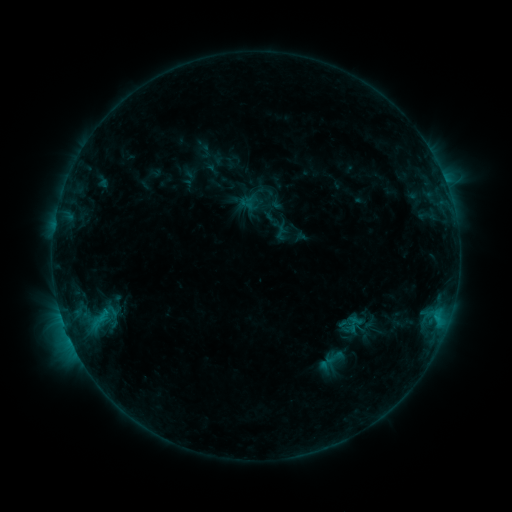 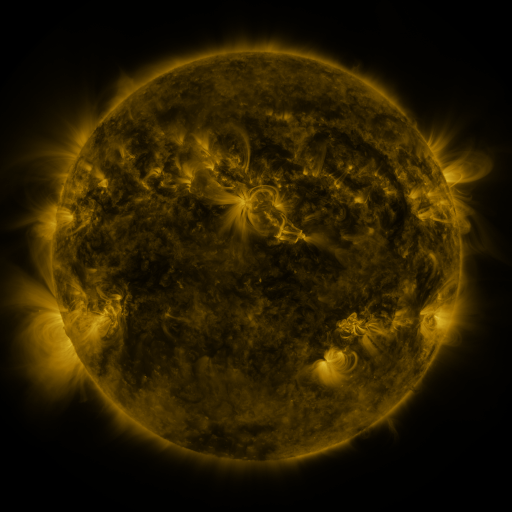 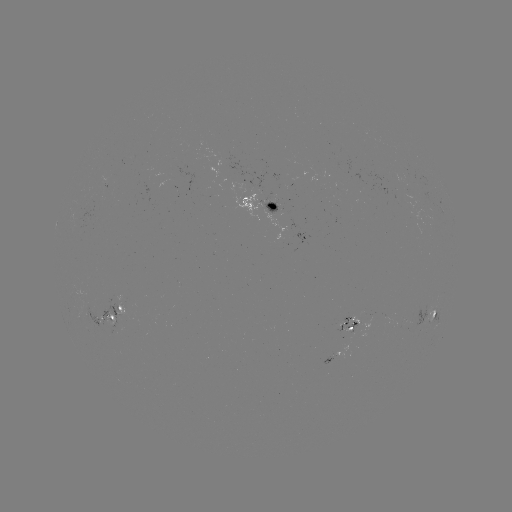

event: sigmoid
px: (335, 358)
